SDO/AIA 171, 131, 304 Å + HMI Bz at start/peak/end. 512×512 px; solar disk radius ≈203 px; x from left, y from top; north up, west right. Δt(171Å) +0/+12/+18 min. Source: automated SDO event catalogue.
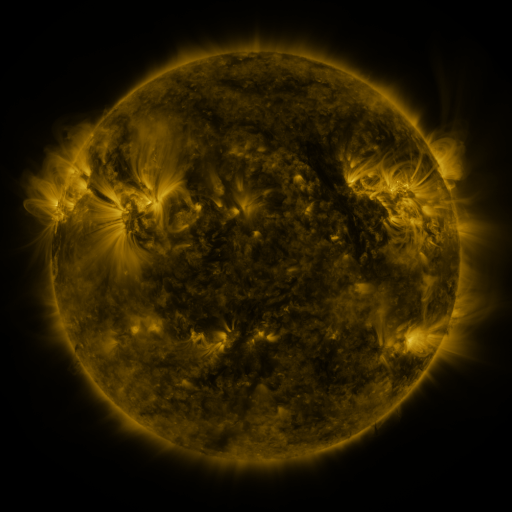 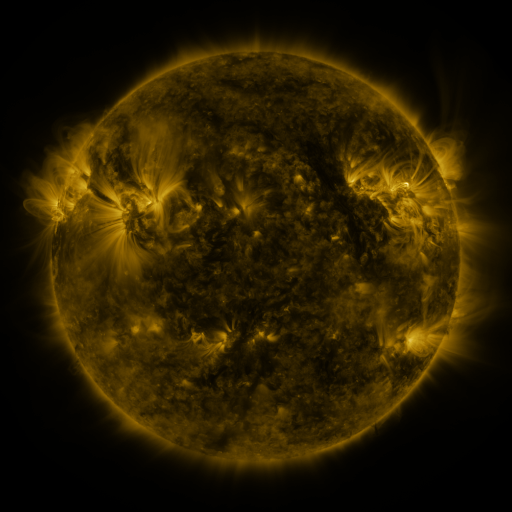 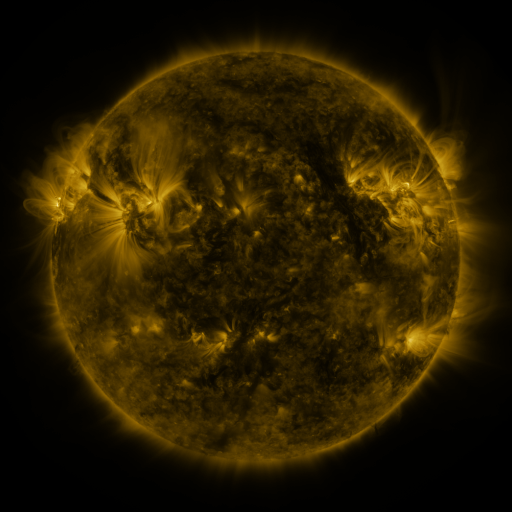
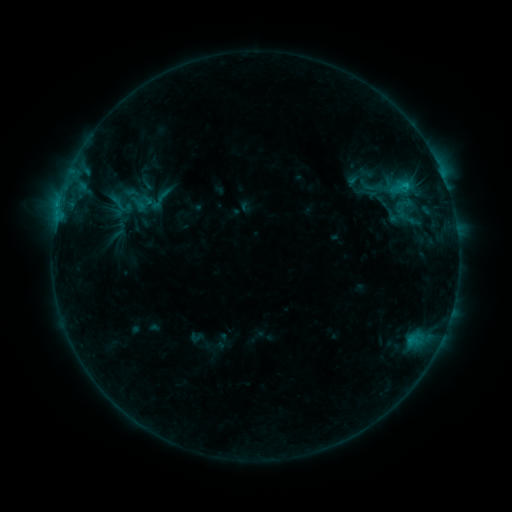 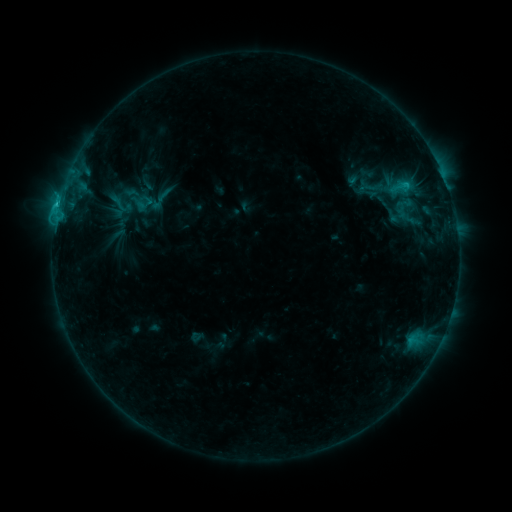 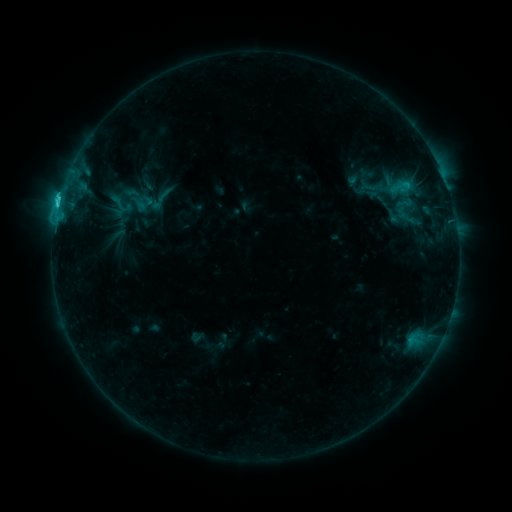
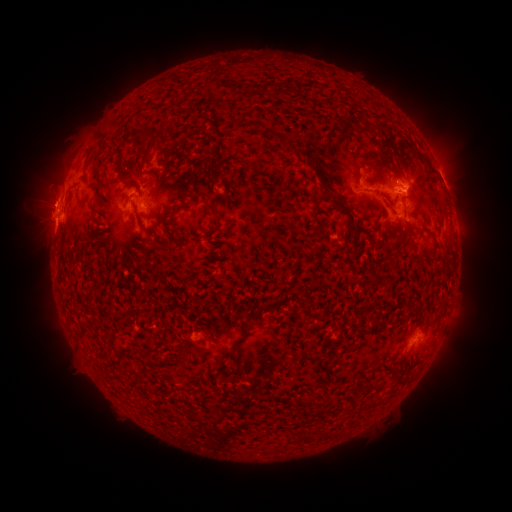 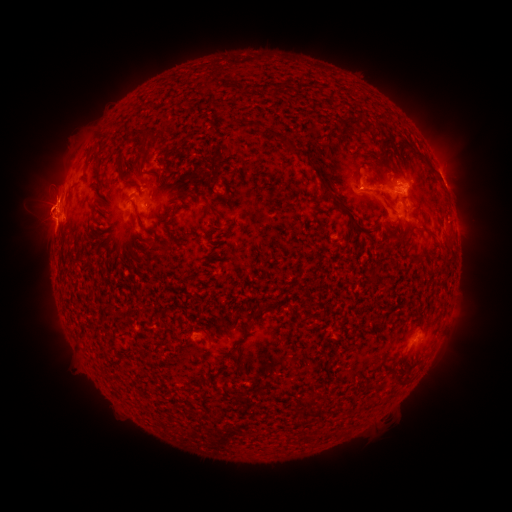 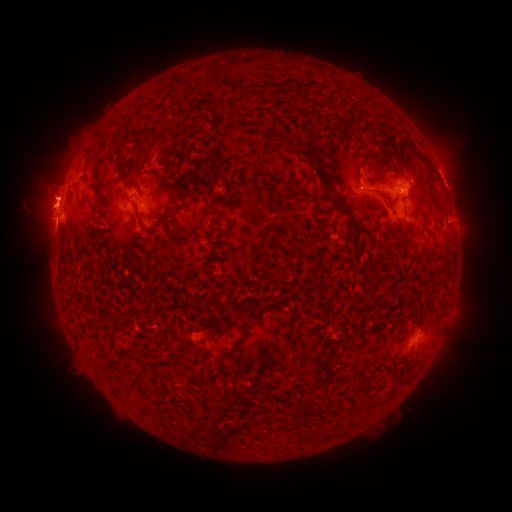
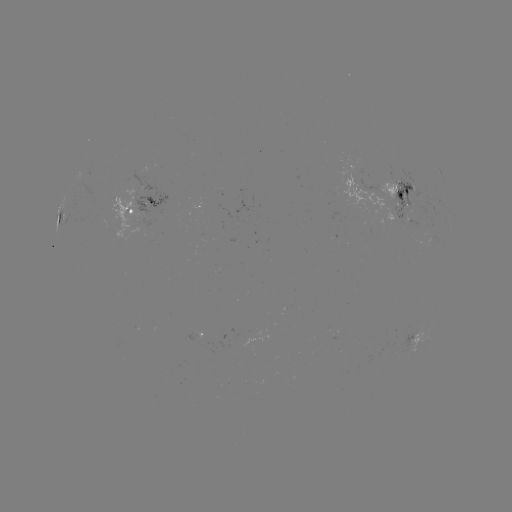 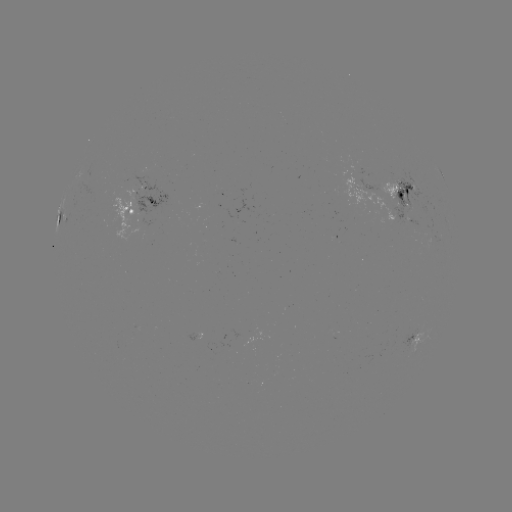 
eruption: [12, 160, 77, 239]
